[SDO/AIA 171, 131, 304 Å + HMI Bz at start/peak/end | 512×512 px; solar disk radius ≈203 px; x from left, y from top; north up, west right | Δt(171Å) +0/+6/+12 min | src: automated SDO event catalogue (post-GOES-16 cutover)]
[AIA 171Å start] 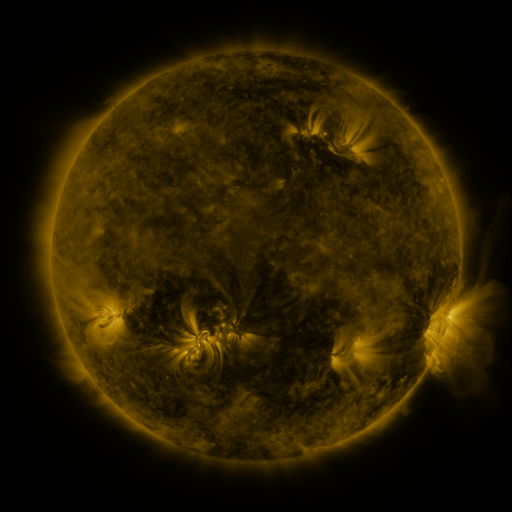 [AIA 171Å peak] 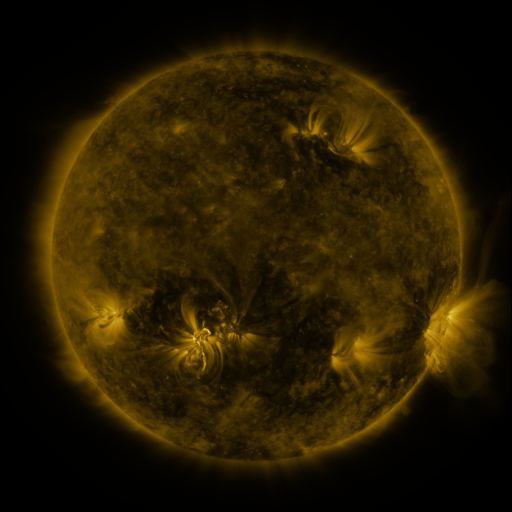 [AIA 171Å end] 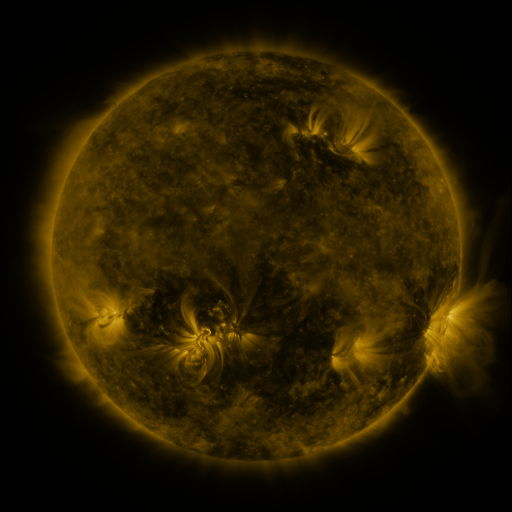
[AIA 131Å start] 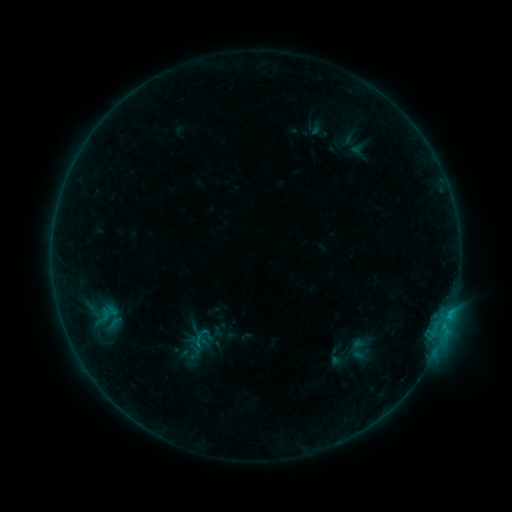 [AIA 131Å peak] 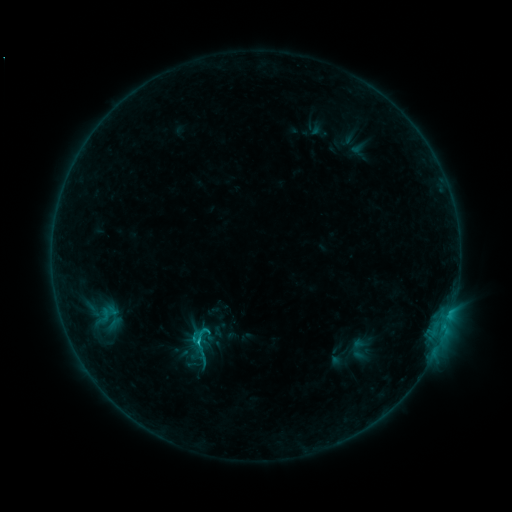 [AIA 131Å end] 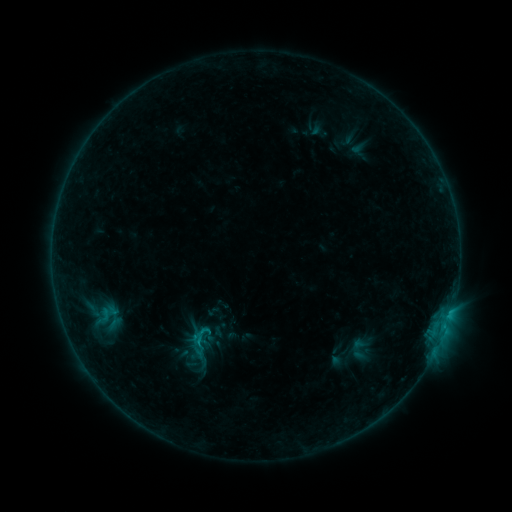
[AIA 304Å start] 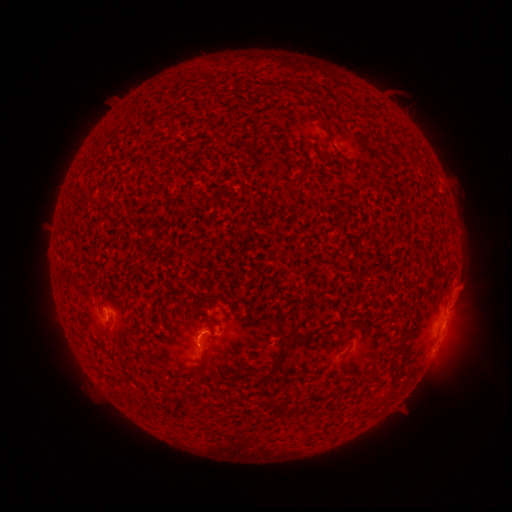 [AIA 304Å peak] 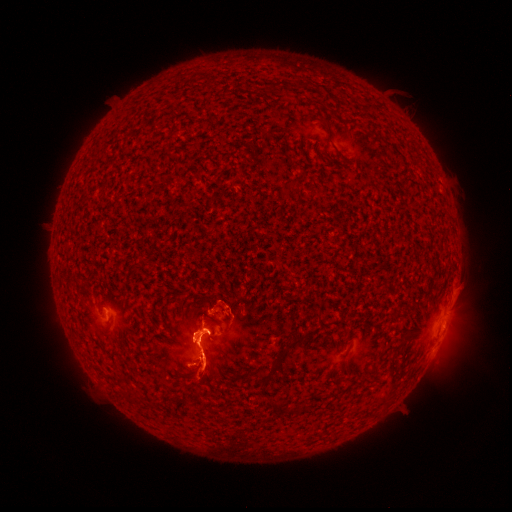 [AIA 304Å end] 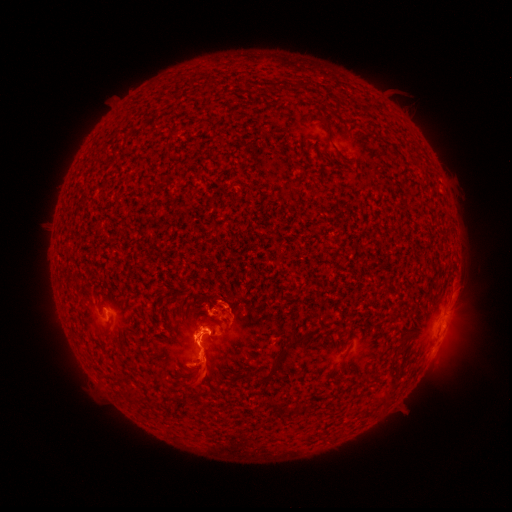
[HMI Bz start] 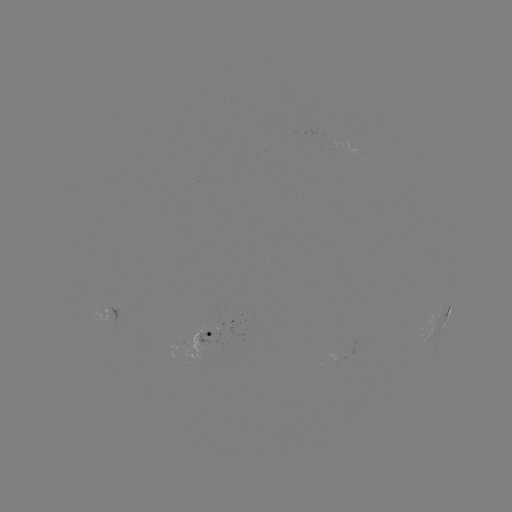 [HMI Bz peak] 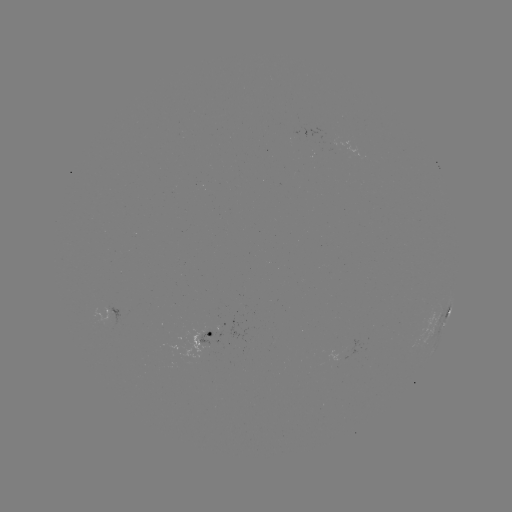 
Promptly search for C1.2 flare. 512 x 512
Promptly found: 198,339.